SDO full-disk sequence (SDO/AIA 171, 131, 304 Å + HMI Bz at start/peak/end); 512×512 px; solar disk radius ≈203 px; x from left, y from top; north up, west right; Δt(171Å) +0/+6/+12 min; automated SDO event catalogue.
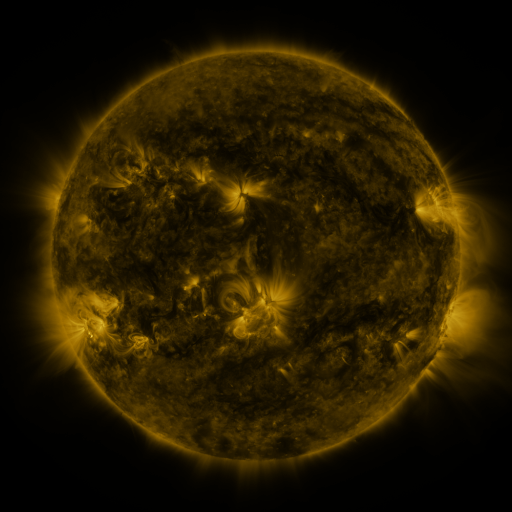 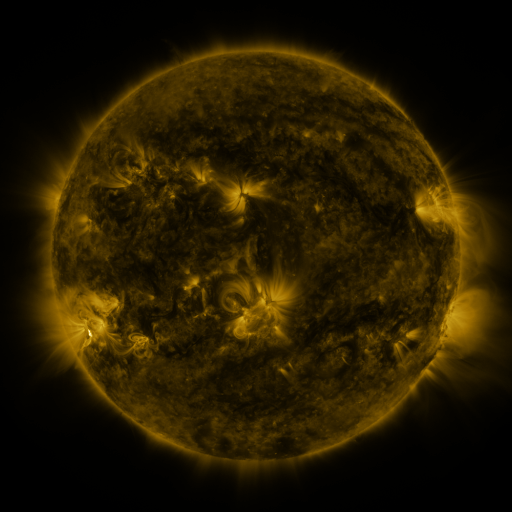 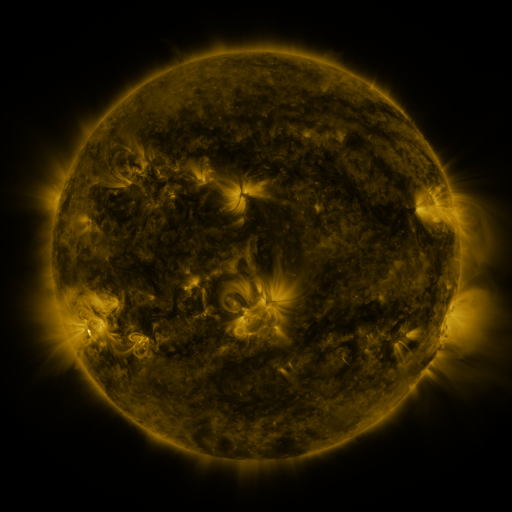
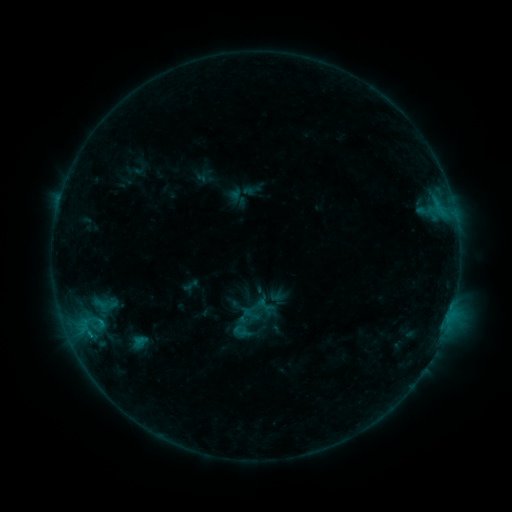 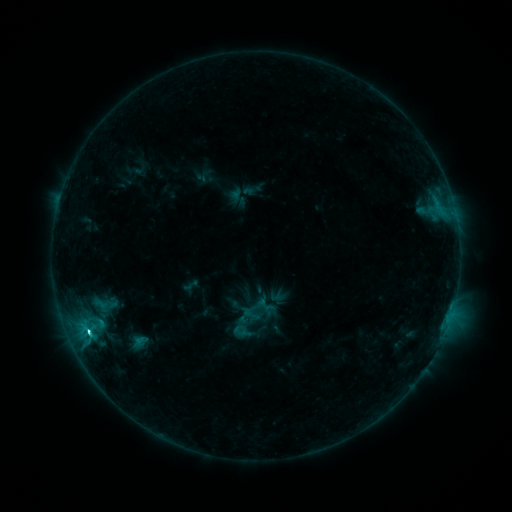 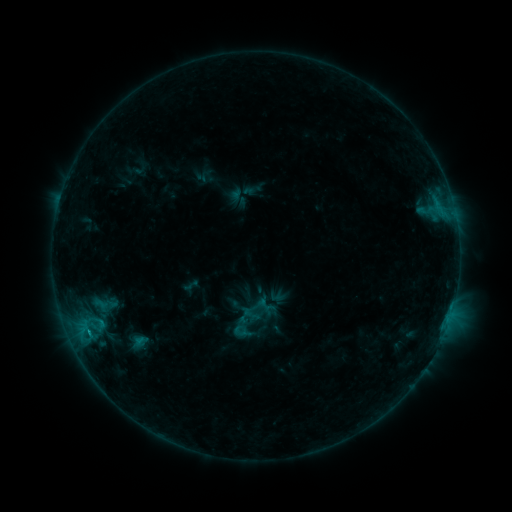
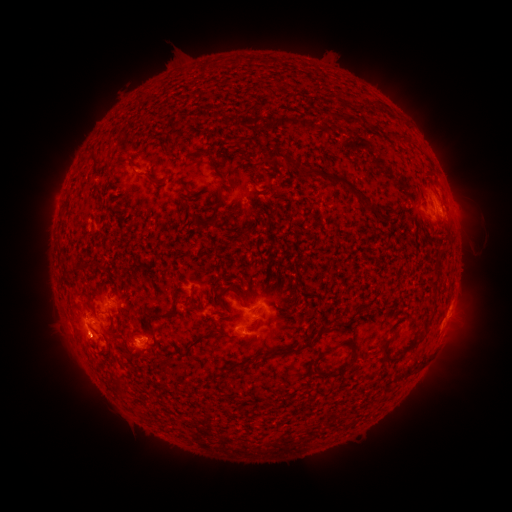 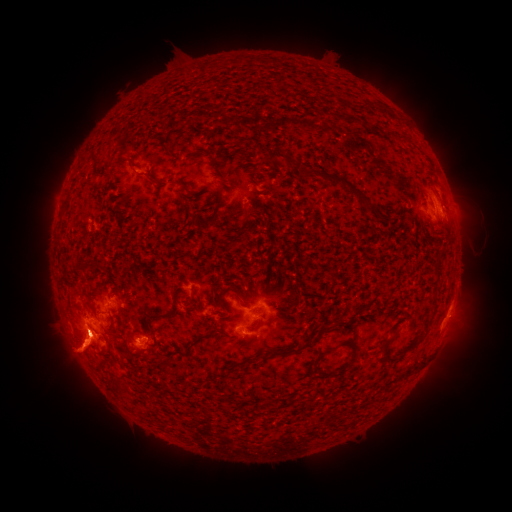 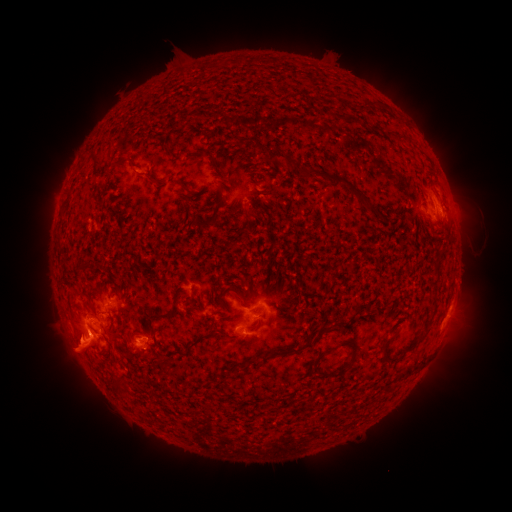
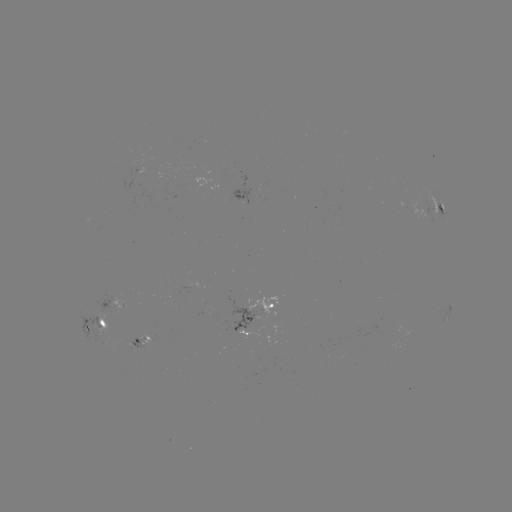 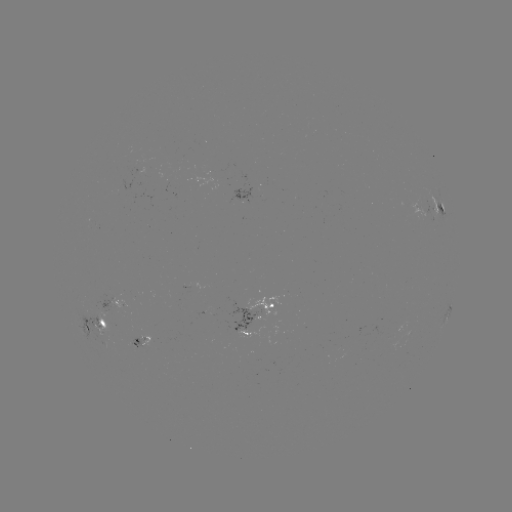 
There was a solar flare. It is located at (89, 329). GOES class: C2.4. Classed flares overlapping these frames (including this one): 1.